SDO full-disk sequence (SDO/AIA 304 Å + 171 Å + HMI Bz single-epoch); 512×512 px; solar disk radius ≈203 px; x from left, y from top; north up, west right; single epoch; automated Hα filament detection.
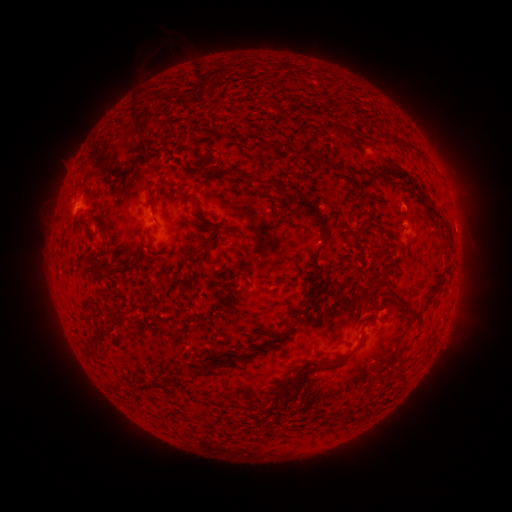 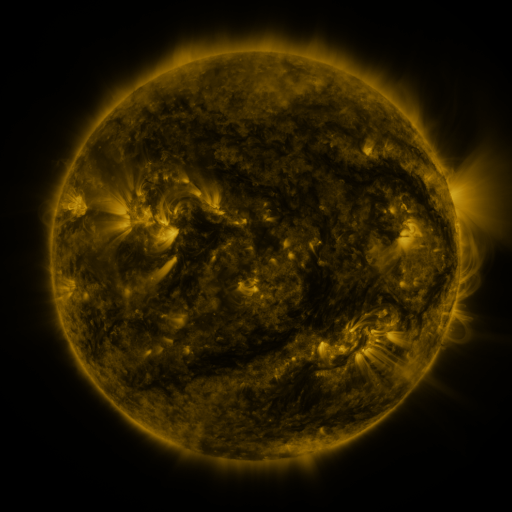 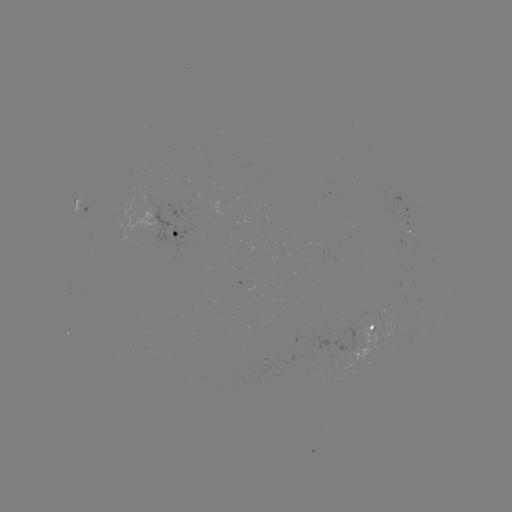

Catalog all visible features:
filament: (178, 122)
filament: (319, 126)
filament: (405, 145)
filament: (298, 155)
filament: (320, 161)
filament: (214, 168)
filament: (374, 171)
filament: (408, 178)
filament: (258, 183)
filament: (352, 206)
filament: (152, 207)
filament: (434, 211)
filament: (316, 213)
filament: (201, 222)
filament: (446, 225)
filament: (213, 245)
filament: (188, 253)
filament: (101, 272)
filament: (242, 275)
filament: (240, 294)
filament: (369, 294)
filament: (319, 295)
filament: (401, 299)
filament: (270, 343)
filament: (85, 352)
filament: (230, 359)
filament: (212, 366)
filament: (324, 367)
filament: (375, 377)
filament: (166, 384)
